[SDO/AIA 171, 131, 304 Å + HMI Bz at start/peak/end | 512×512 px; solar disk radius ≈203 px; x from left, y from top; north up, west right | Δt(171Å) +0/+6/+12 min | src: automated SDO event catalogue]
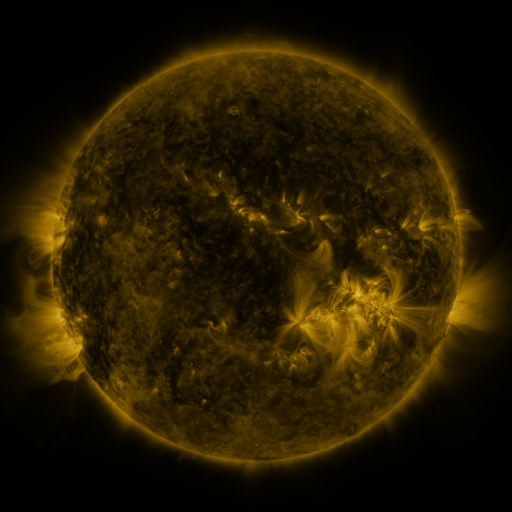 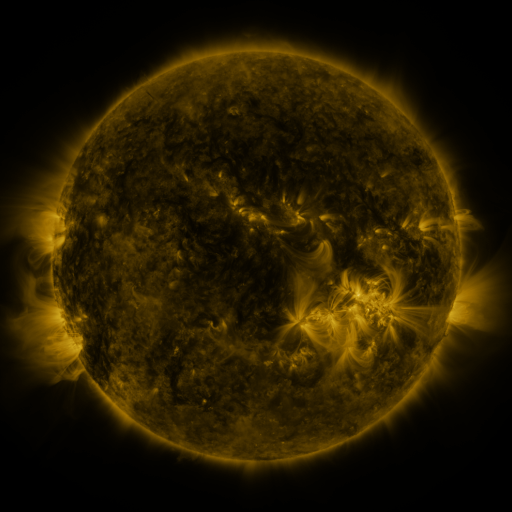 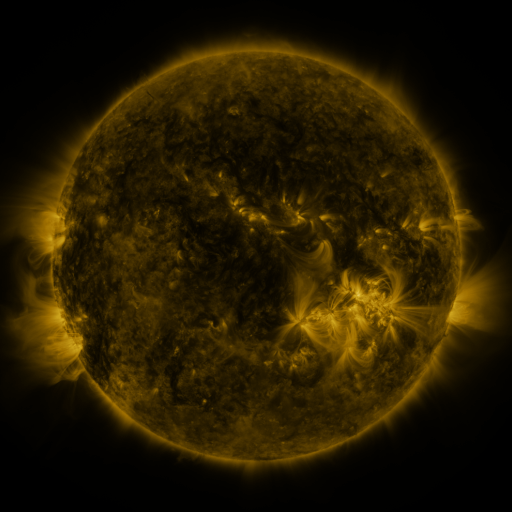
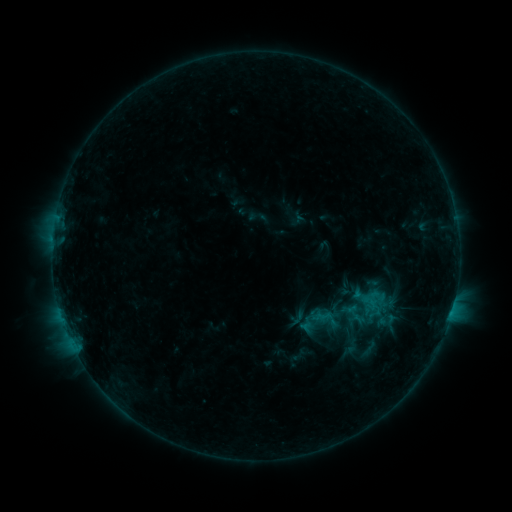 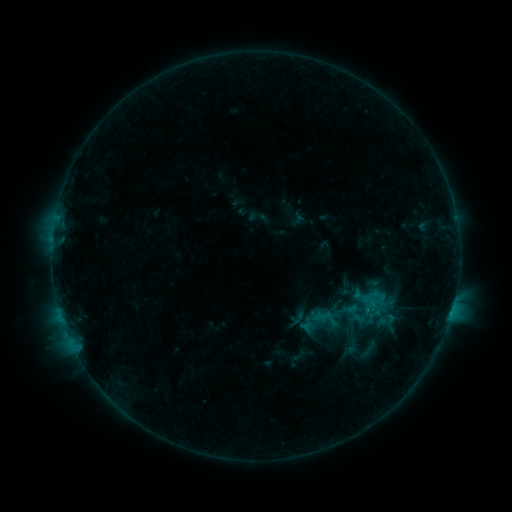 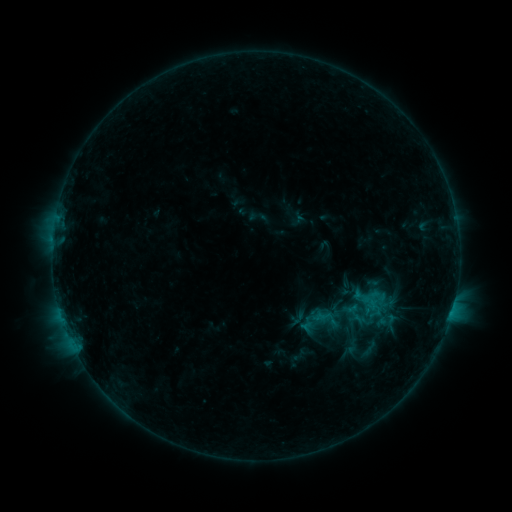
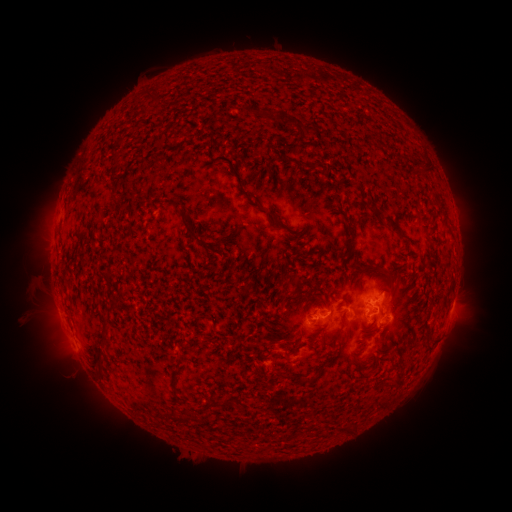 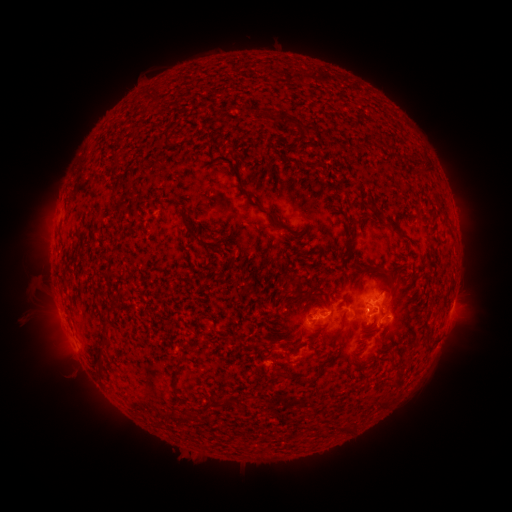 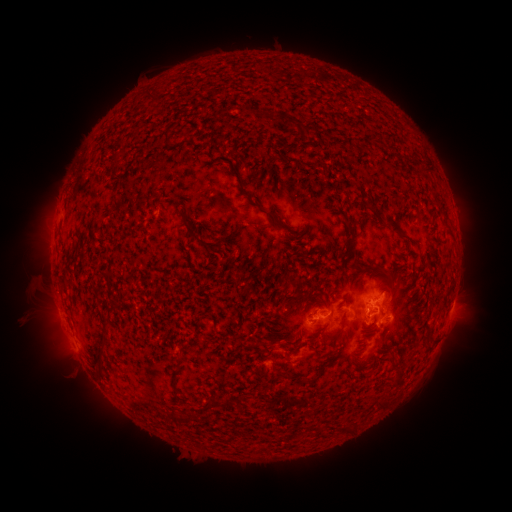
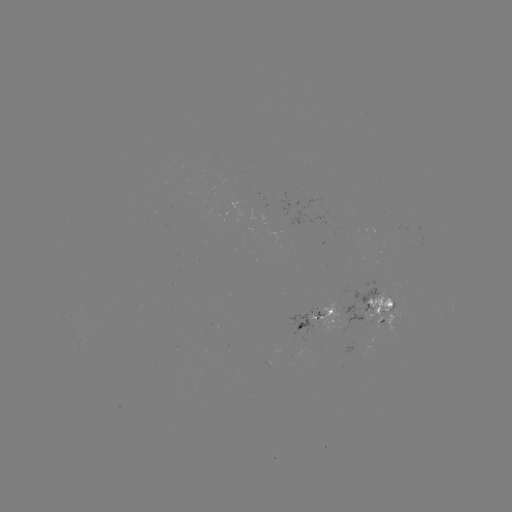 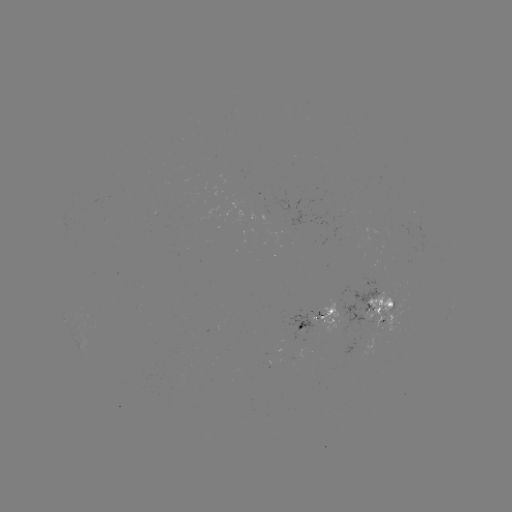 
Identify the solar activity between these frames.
no catalogued flare and no flagged EUV brightening in this window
